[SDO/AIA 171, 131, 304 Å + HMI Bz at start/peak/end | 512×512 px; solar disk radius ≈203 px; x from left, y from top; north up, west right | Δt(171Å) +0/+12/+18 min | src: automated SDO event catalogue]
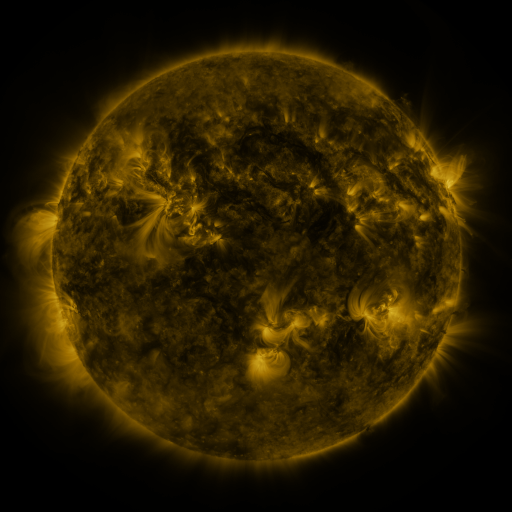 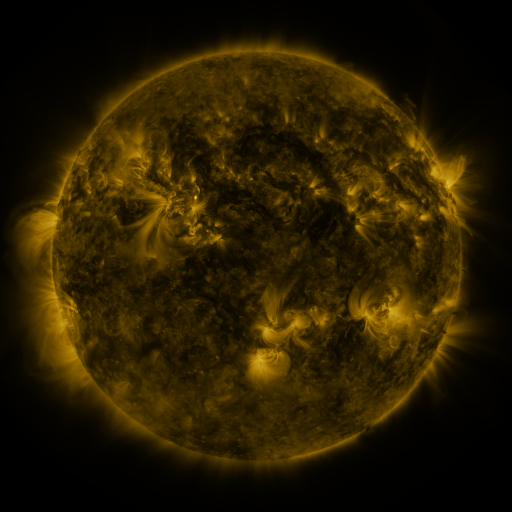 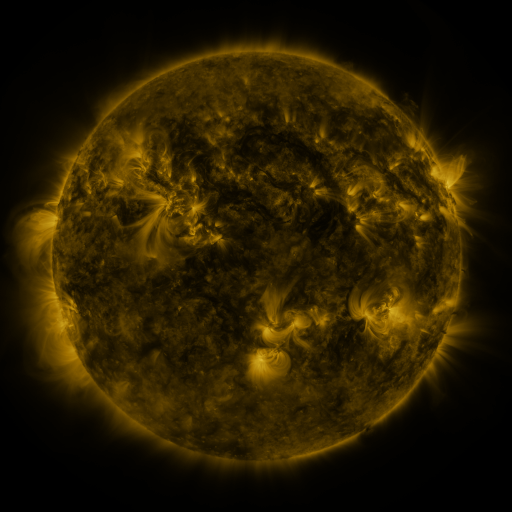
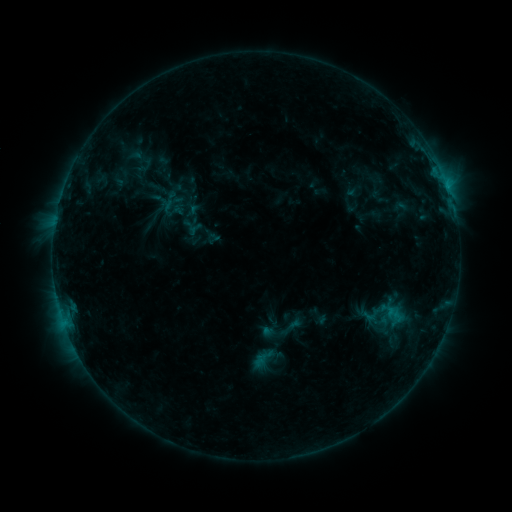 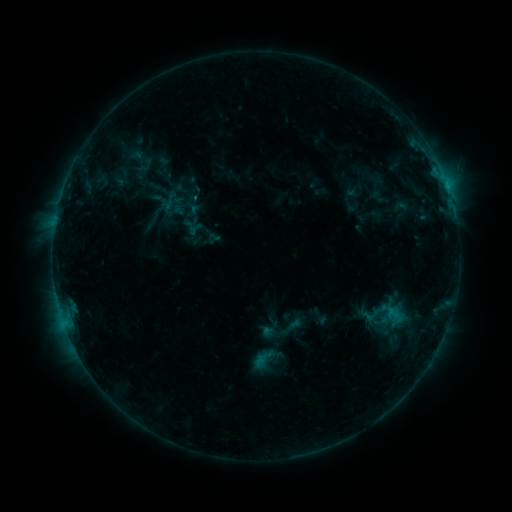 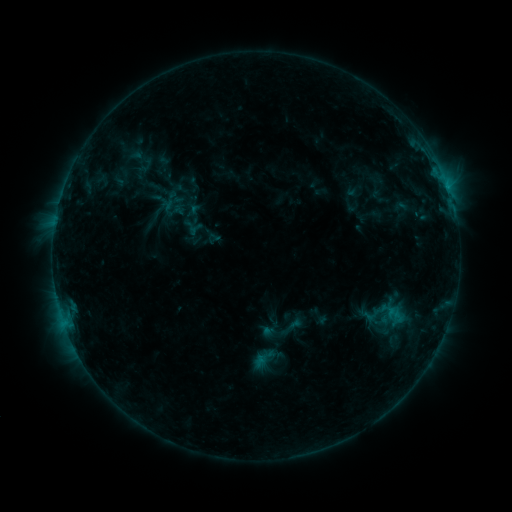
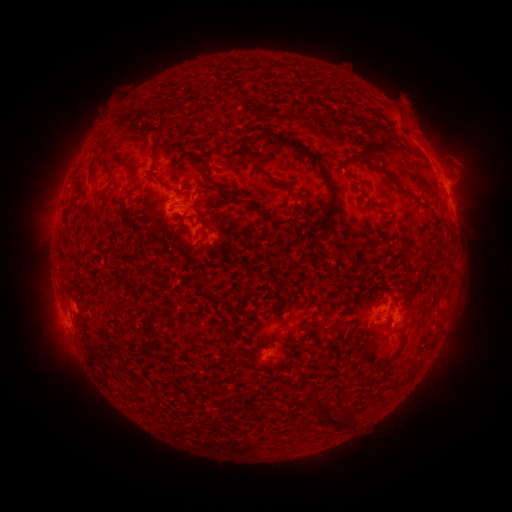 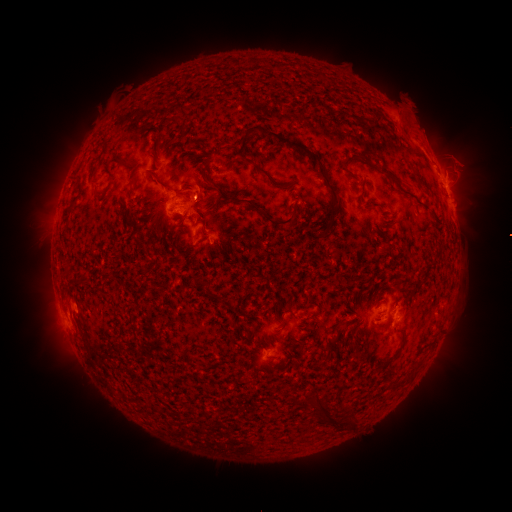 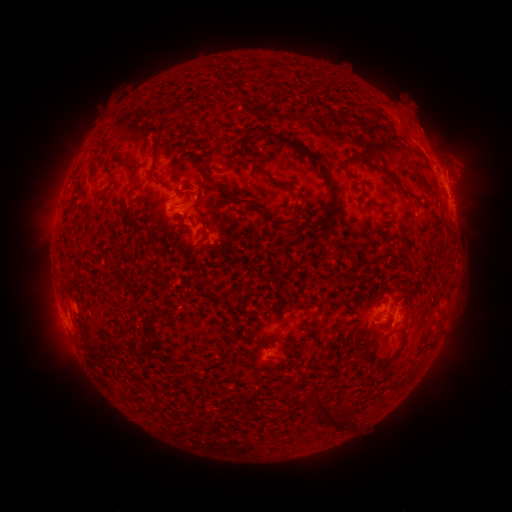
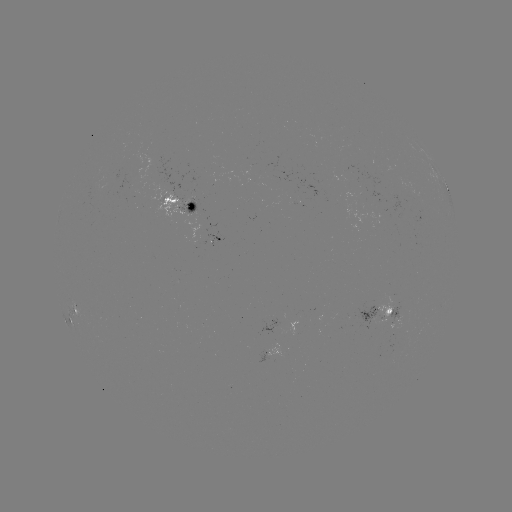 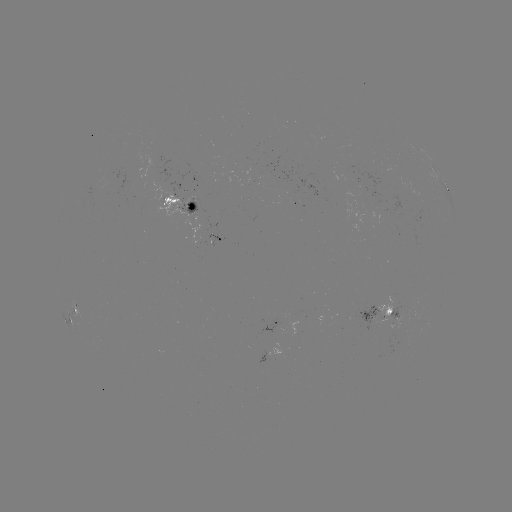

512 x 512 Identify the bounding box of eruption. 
[401, 104, 449, 151].